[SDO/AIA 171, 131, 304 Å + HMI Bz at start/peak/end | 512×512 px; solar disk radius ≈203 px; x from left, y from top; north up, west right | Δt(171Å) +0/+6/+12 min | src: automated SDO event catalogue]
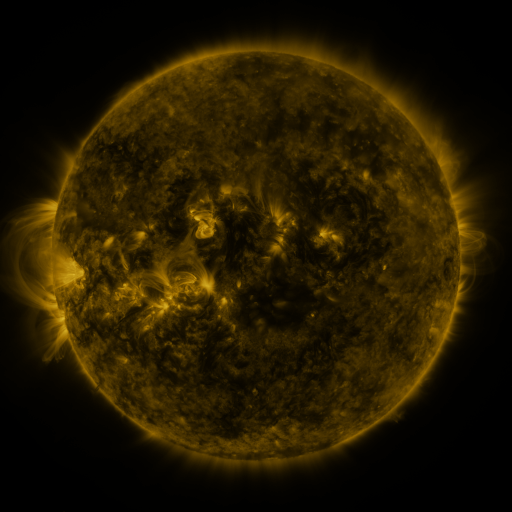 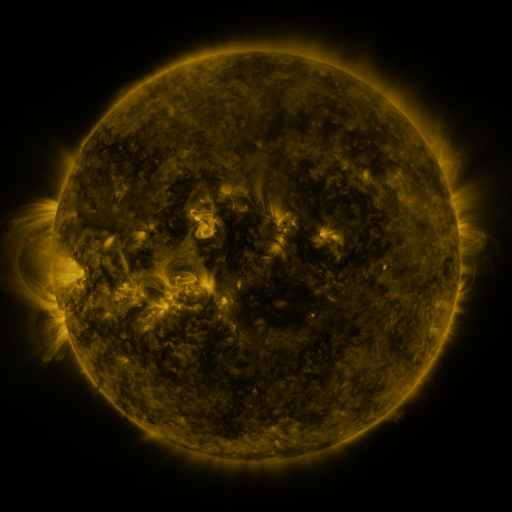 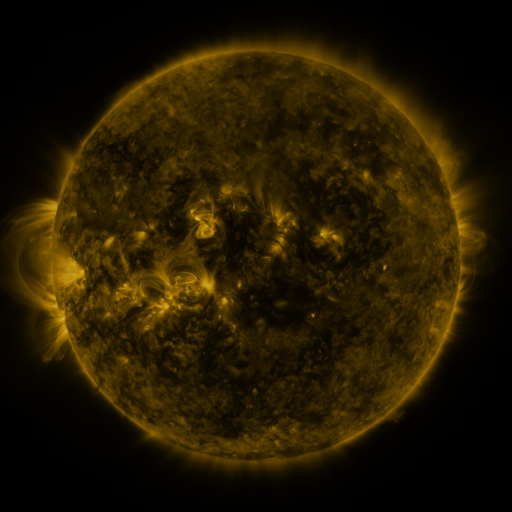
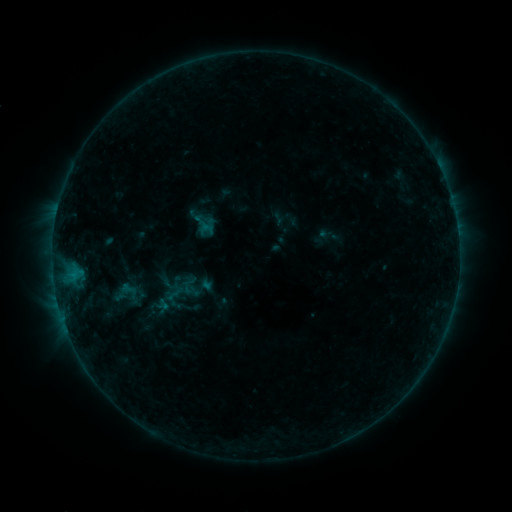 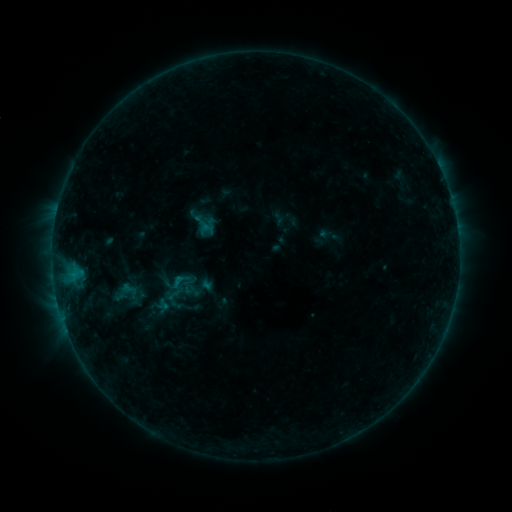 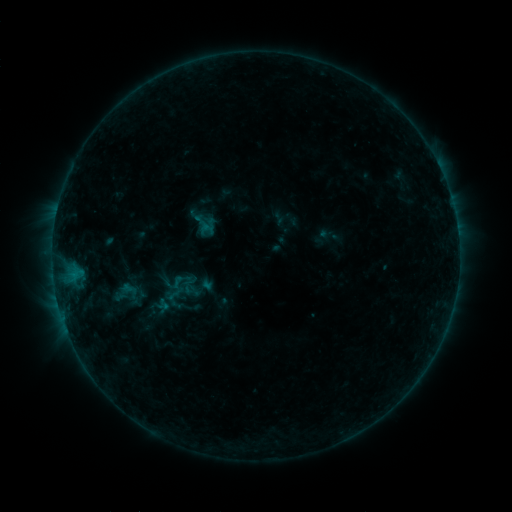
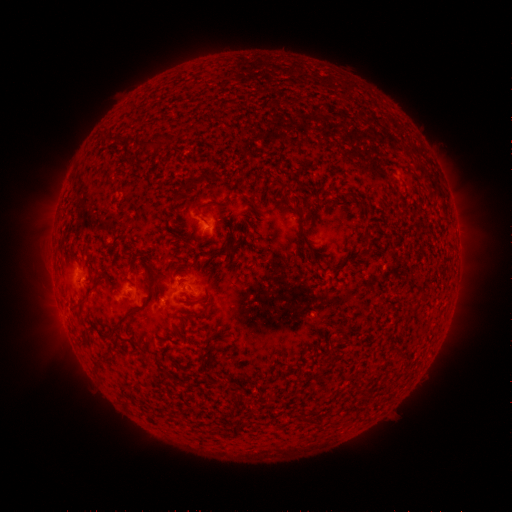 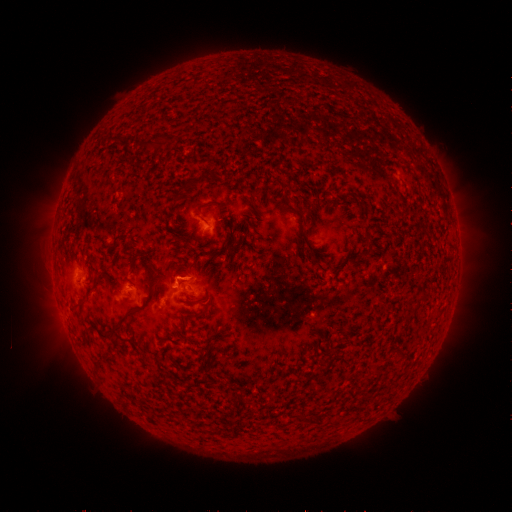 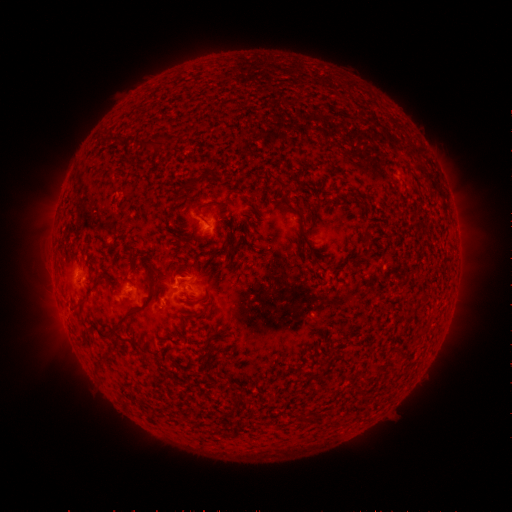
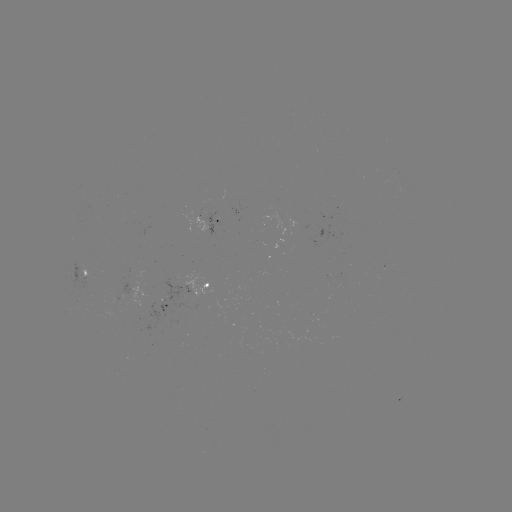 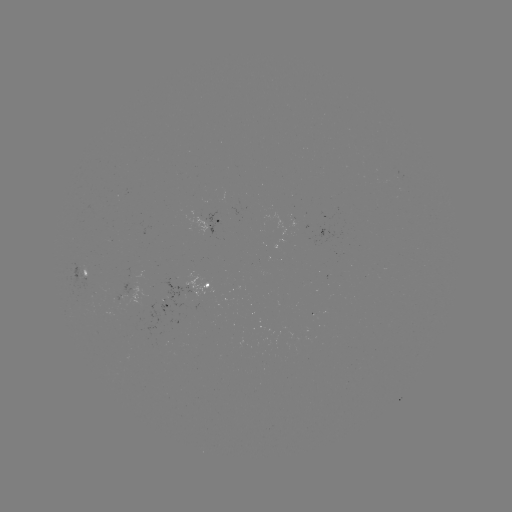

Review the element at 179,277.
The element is B3.6 flare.